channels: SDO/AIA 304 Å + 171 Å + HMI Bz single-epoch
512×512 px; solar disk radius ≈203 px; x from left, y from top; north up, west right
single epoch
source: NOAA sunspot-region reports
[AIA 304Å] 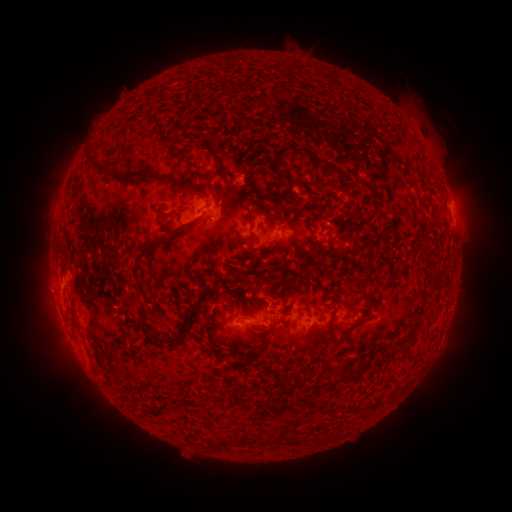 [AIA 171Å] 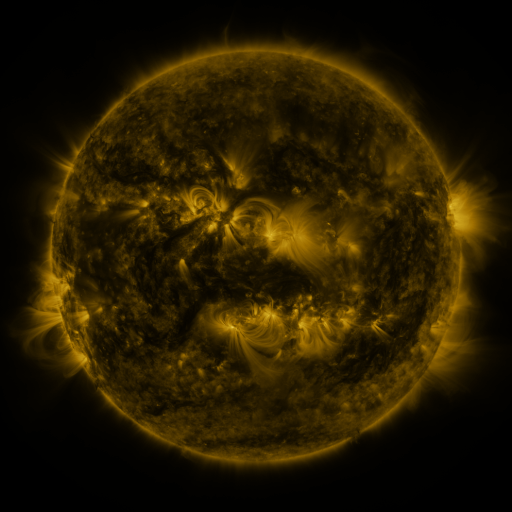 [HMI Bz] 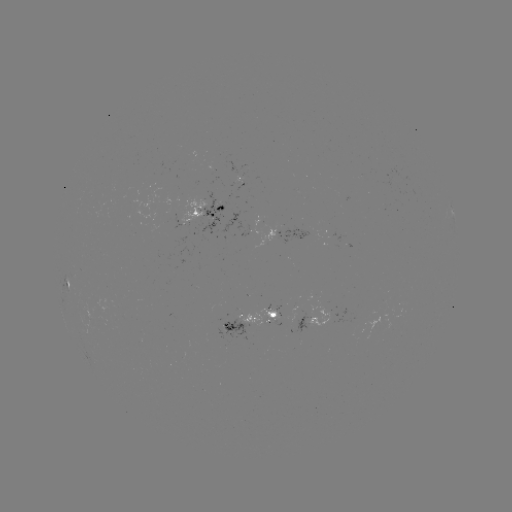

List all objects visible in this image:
spotted active region: (452, 209)
spotted active region: (270, 233)
